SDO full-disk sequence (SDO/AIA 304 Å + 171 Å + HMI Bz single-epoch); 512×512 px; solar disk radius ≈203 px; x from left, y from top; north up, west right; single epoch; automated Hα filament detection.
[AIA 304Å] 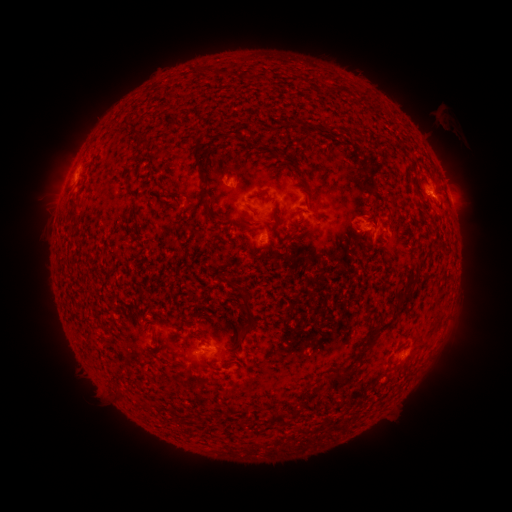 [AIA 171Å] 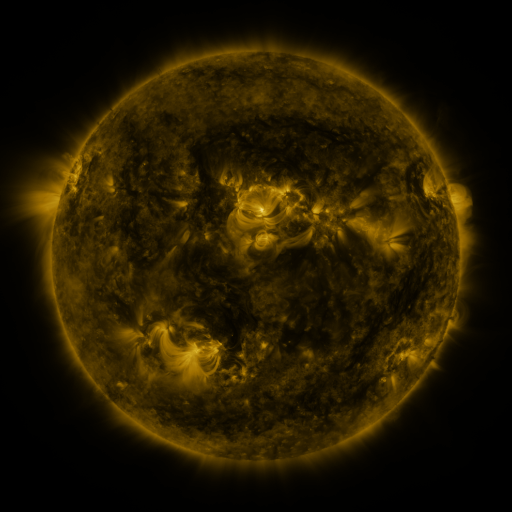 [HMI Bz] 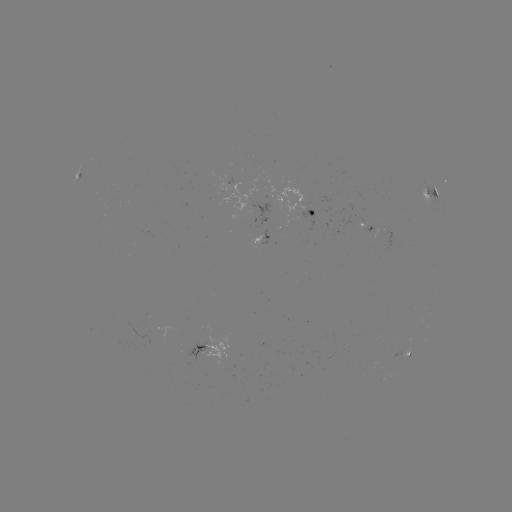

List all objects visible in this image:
filament: <bbox>211, 132, 229, 146</bbox>
filament: <bbox>208, 151, 218, 169</bbox>
filament: <bbox>206, 182, 220, 196</bbox>
filament: <bbox>306, 182, 321, 202</bbox>
filament: <bbox>75, 184, 85, 195</bbox>
filament: <bbox>212, 206, 223, 217</bbox>
filament: <bbox>278, 209, 285, 220</bbox>
filament: <bbox>371, 223, 382, 238</bbox>
filament: <bbox>221, 275, 231, 285</bbox>
filament: <bbox>224, 286, 246, 336</bbox>
filament: <bbox>400, 296, 413, 312</bbox>
filament: <bbox>387, 316, 397, 328</bbox>
filament: <bbox>348, 334, 383, 361</bbox>
filament: <bbox>214, 344, 226, 349</bbox>
filament: <bbox>309, 376, 346, 400</bbox>
filament: <bbox>247, 413, 266, 430</bbox>
